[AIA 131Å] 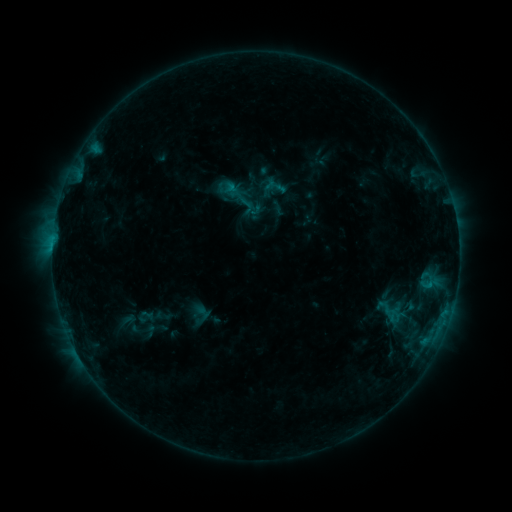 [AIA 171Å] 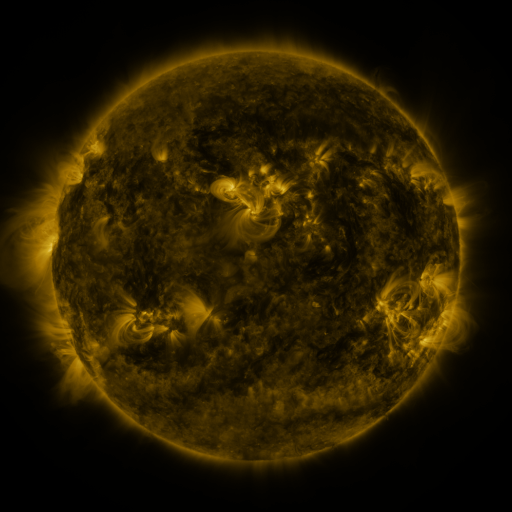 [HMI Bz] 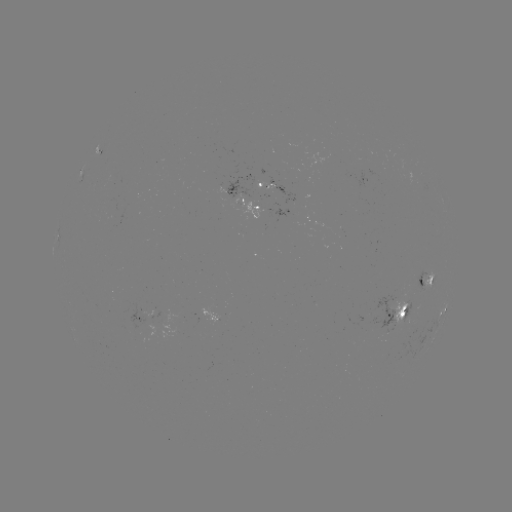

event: sigmoid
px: (246, 205)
